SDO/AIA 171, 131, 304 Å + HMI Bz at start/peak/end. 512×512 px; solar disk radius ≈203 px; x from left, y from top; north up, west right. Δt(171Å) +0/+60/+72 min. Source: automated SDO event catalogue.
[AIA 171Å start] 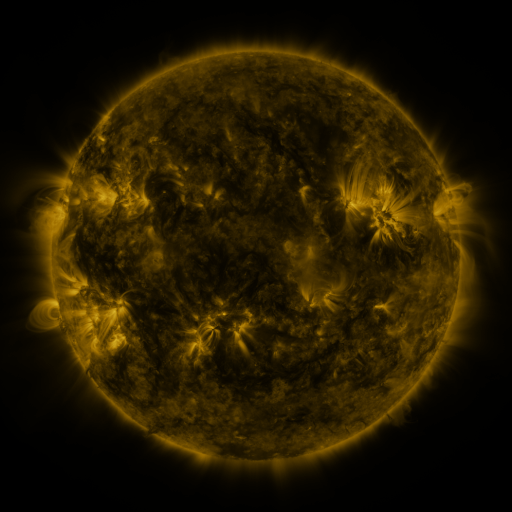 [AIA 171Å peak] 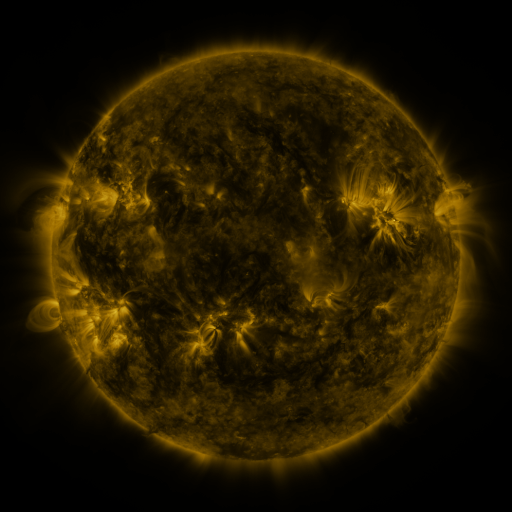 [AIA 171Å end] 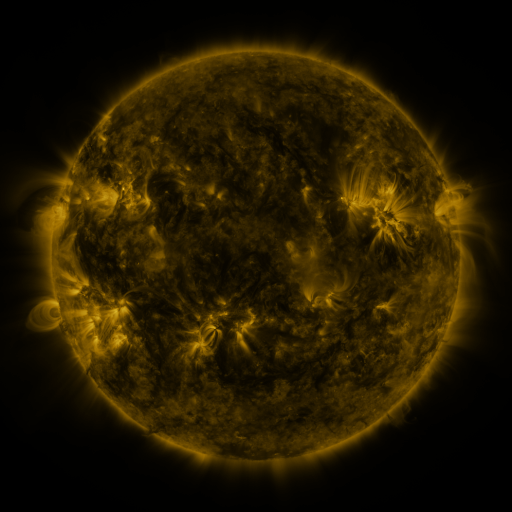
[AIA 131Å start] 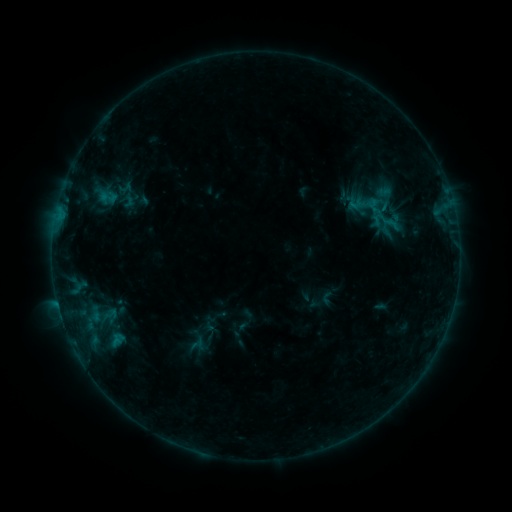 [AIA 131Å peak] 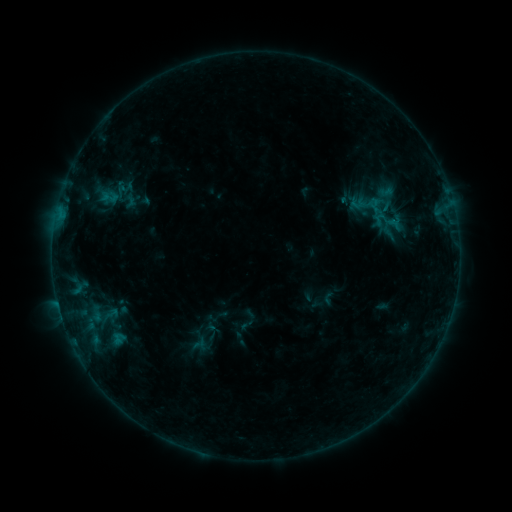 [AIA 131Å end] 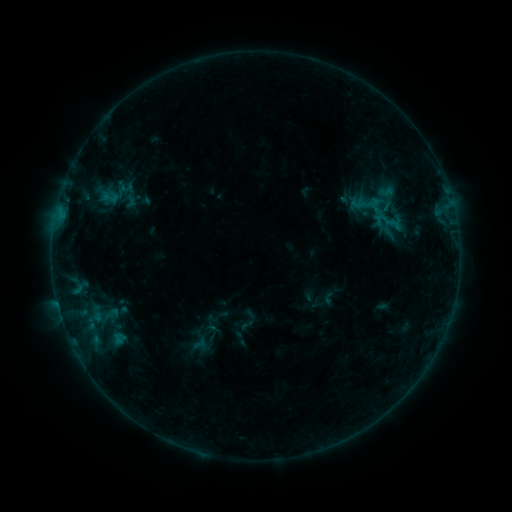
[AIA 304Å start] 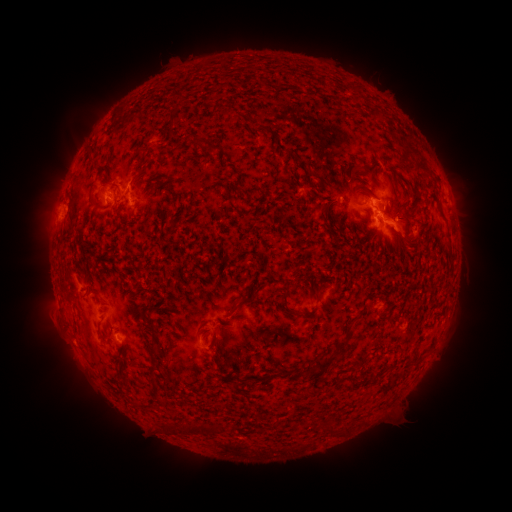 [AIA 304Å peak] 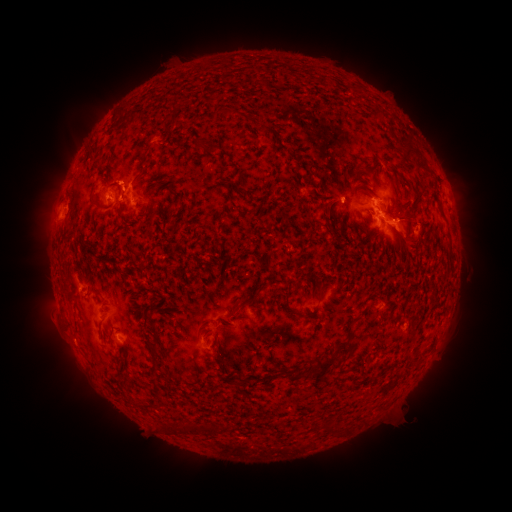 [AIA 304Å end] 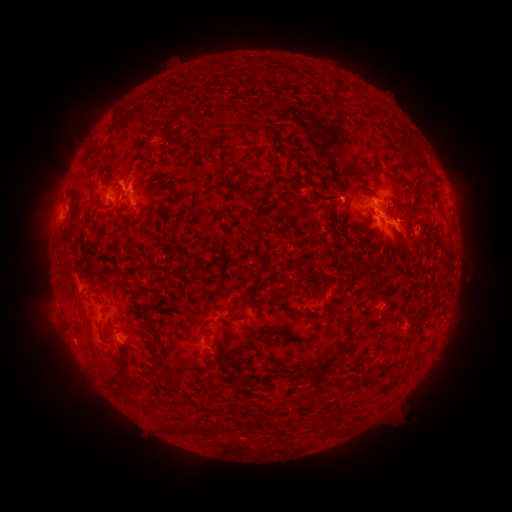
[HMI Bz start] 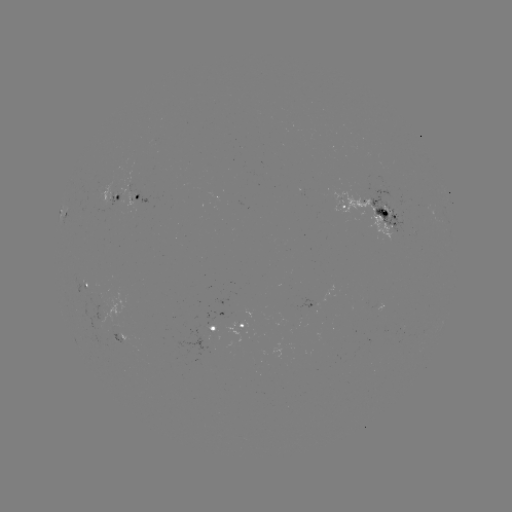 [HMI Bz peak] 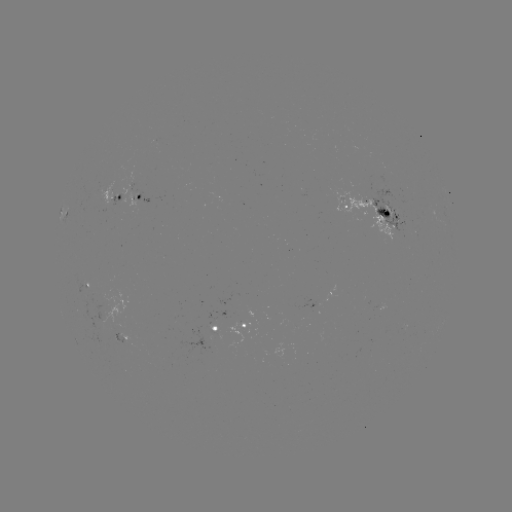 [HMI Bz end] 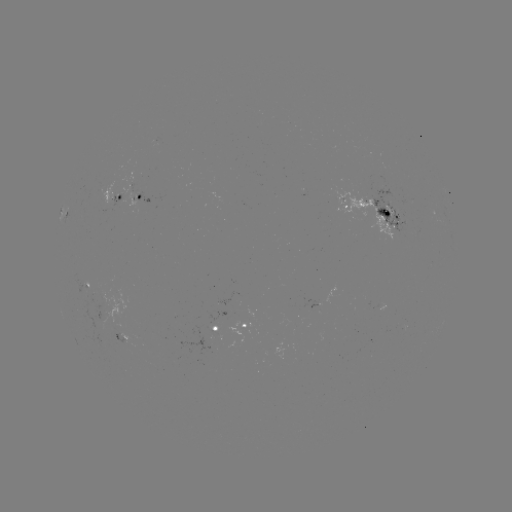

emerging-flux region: [109, 334, 126, 343]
